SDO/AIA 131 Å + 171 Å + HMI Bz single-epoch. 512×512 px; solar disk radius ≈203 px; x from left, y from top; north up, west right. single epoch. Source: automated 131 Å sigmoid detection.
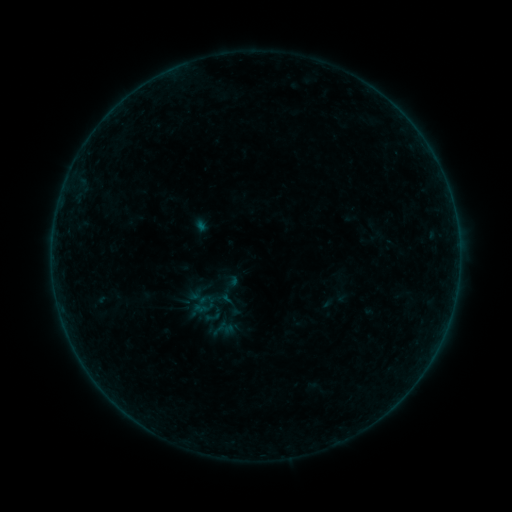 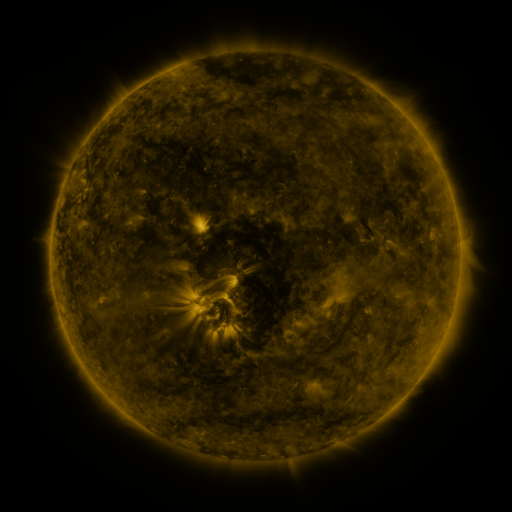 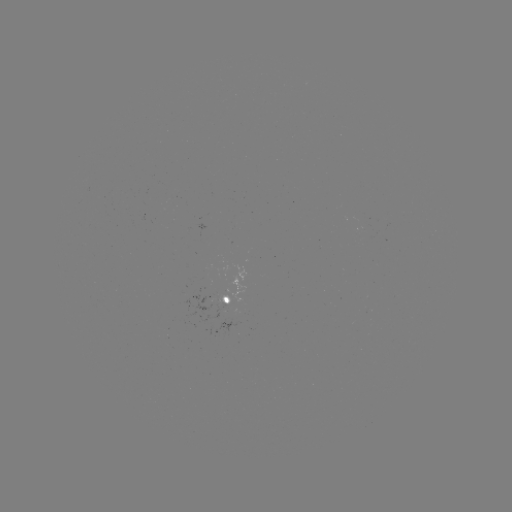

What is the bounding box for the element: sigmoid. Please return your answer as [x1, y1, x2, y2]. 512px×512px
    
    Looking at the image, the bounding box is [202, 308, 222, 326].